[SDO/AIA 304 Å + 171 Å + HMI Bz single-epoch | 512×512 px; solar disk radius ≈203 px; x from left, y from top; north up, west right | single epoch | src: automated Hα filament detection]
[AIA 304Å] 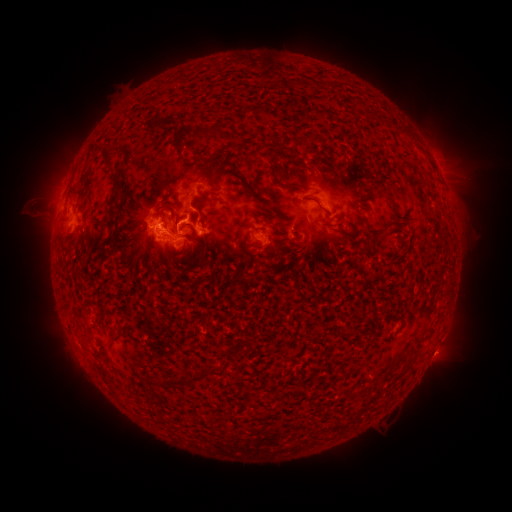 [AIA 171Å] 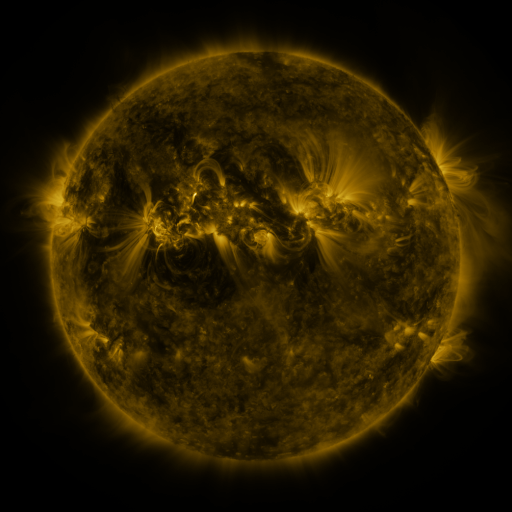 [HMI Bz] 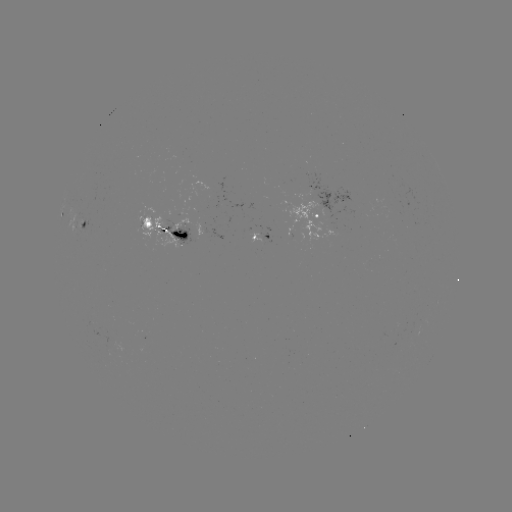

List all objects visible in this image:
filament: <bbox>311, 80, 321, 89</bbox>
filament: <bbox>155, 116, 180, 131</bbox>
filament: <bbox>192, 126, 206, 148</bbox>
filament: <bbox>397, 126, 410, 137</bbox>
filament: <bbox>174, 136, 188, 167</bbox>
filament: <bbox>104, 149, 115, 165</bbox>
filament: <bbox>203, 156, 227, 180</bbox>
filament: <bbox>298, 160, 311, 173</bbox>
filament: <bbox>276, 166, 285, 178</bbox>
filament: <bbox>79, 171, 87, 184</bbox>
filament: <bbox>116, 178, 125, 190</bbox>
filament: <bbox>288, 179, 320, 195</bbox>
filament: <bbox>246, 185, 277, 213</bbox>
filament: <bbox>380, 186, 398, 214</bbox>
filament: <bbox>110, 193, 117, 205</bbox>
filament: <bbox>193, 196, 209, 206</bbox>
filament: <bbox>69, 201, 77, 210</bbox>
filament: <bbox>168, 203, 181, 229</bbox>
filament: <bbox>109, 209, 116, 226</bbox>
filament: <bbox>197, 209, 207, 221</bbox>
filament: <bbox>160, 217, 169, 229</bbox>
filament: <bbox>189, 223, 207, 266</bbox>
filament: <bbox>335, 226, 352, 237</bbox>
filament: <bbox>164, 251, 177, 269</bbox>
filament: <bbox>423, 300, 435, 322</bbox>
filament: <bbox>95, 347, 104, 358</bbox>
filament: <bbox>392, 353, 405, 365</bbox>
filament: <bbox>377, 362, 390, 374</bbox>
filament: <bbox>165, 365, 216, 387</bbox>
